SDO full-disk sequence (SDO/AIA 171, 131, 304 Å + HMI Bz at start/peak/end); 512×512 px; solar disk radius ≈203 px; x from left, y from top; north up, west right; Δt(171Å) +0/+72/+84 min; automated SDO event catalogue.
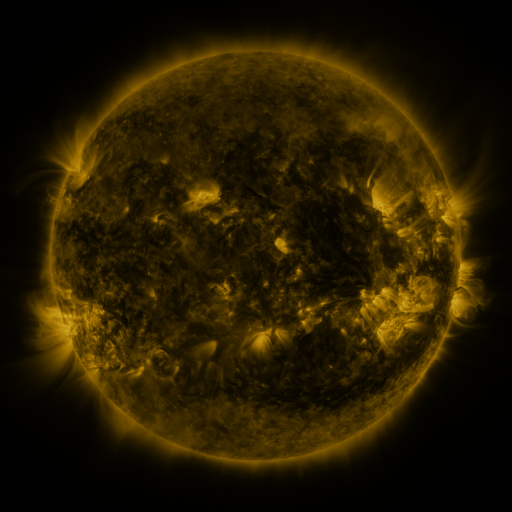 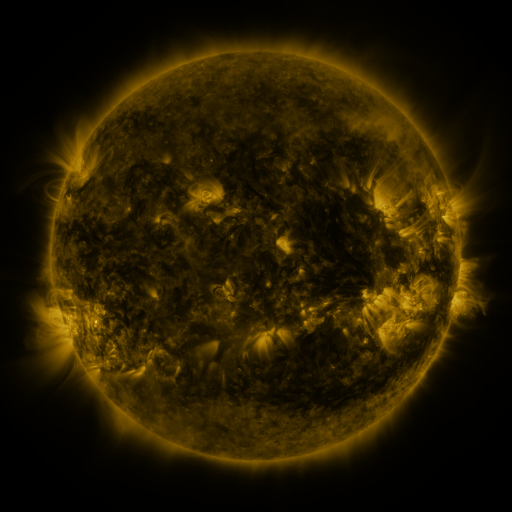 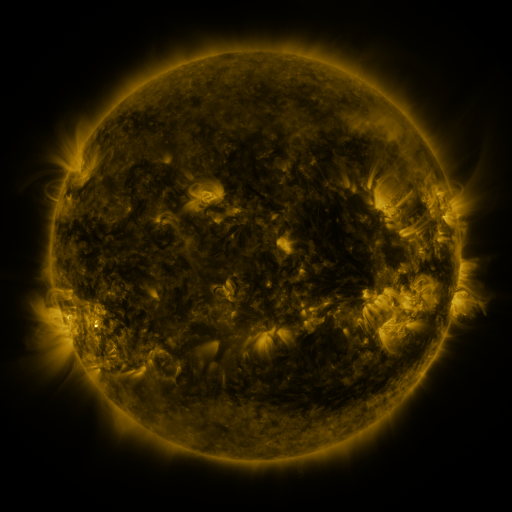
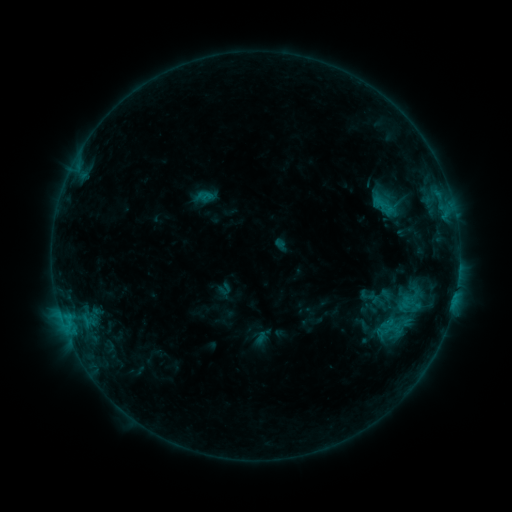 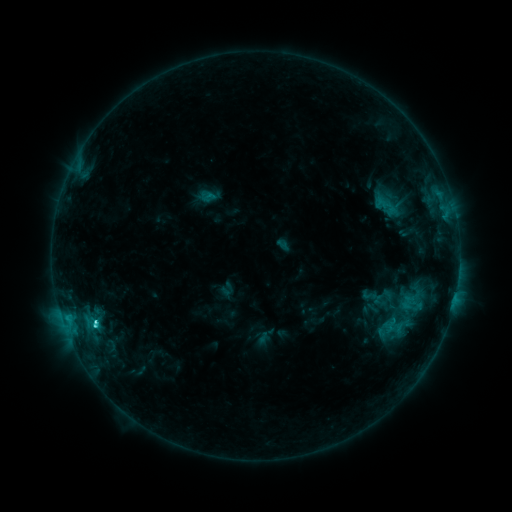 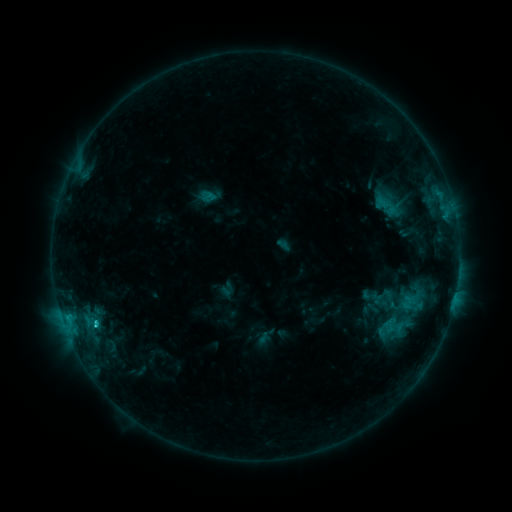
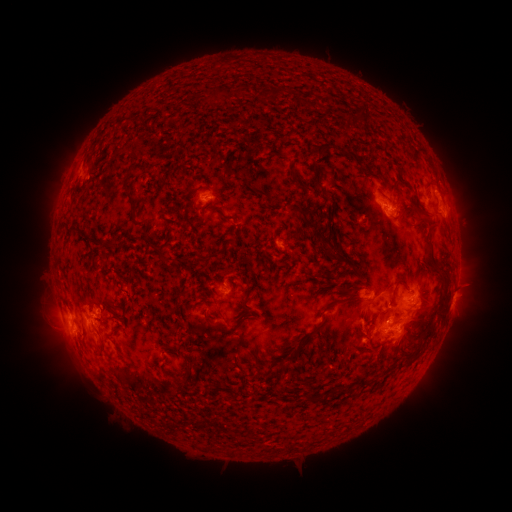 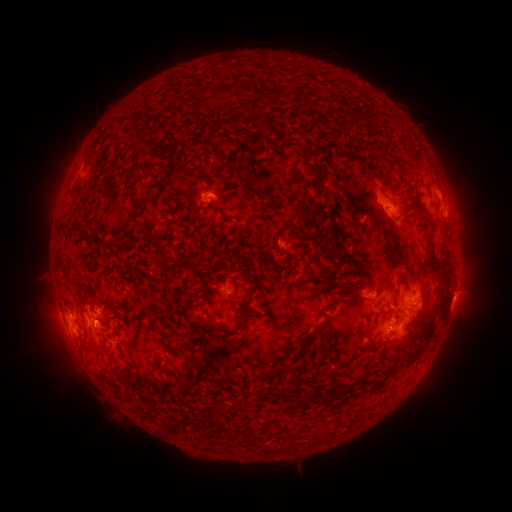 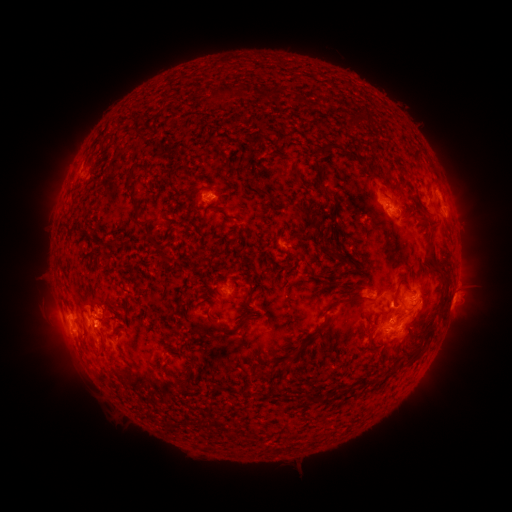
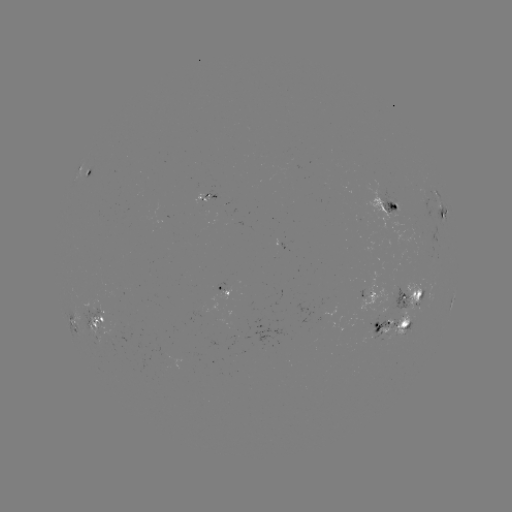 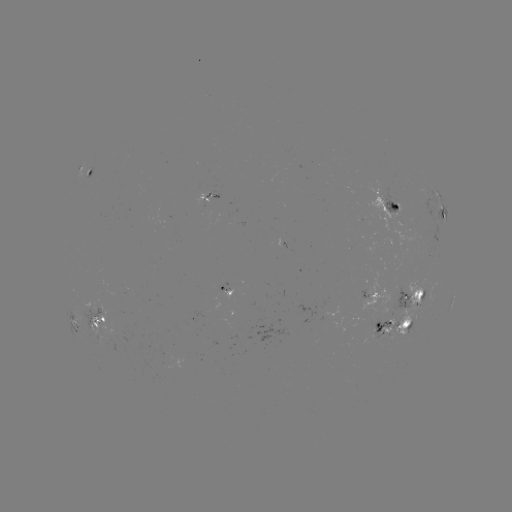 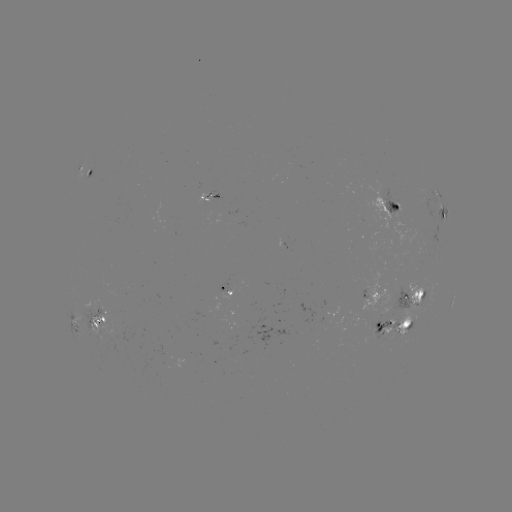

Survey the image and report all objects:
emerging-flux region: (414, 306)
